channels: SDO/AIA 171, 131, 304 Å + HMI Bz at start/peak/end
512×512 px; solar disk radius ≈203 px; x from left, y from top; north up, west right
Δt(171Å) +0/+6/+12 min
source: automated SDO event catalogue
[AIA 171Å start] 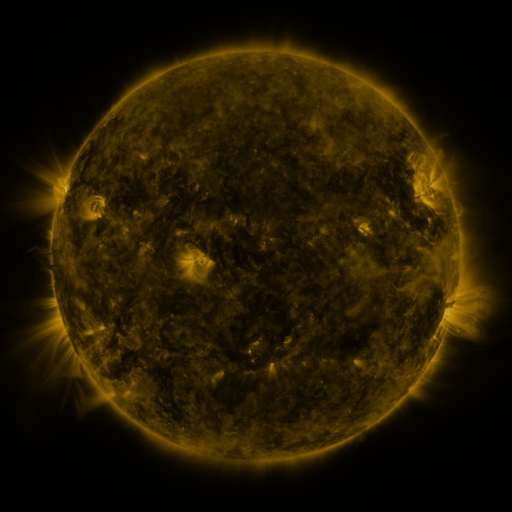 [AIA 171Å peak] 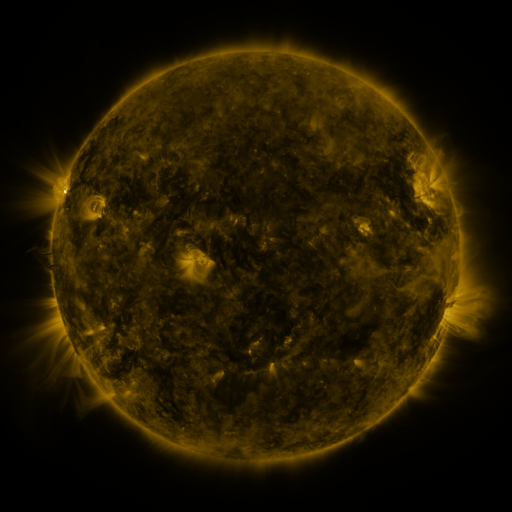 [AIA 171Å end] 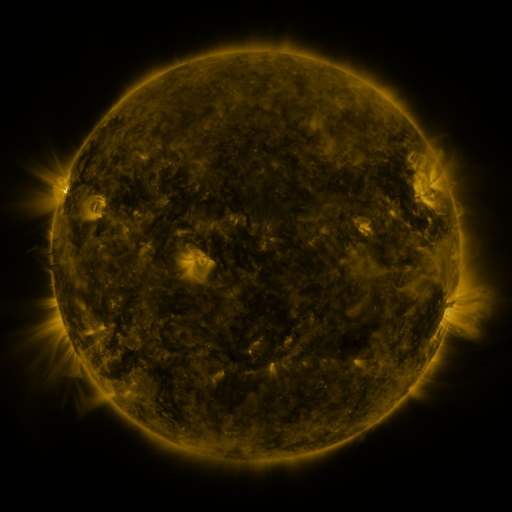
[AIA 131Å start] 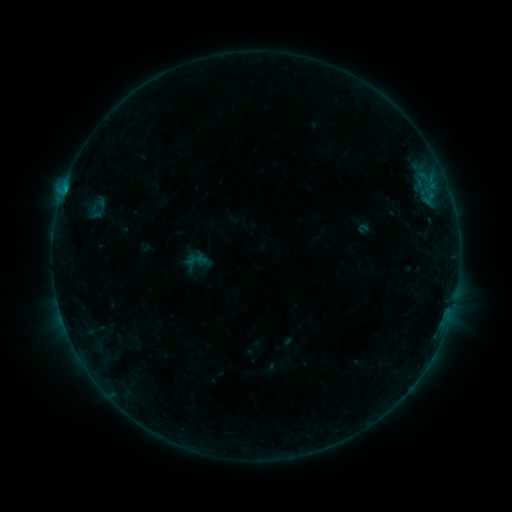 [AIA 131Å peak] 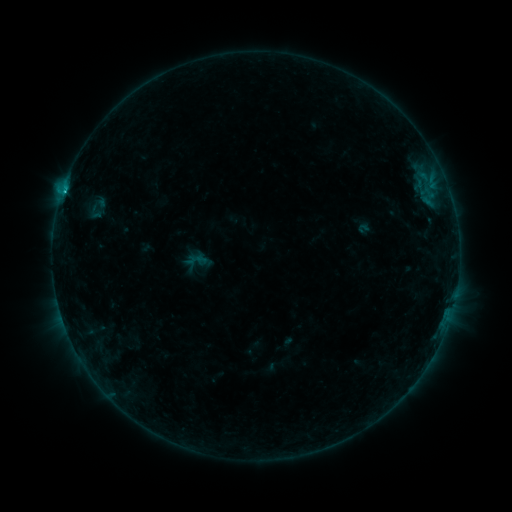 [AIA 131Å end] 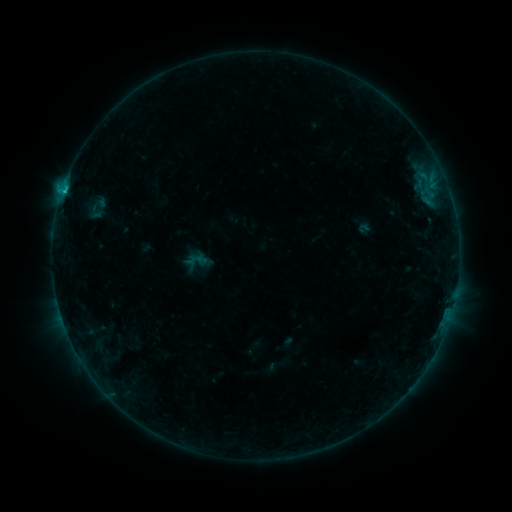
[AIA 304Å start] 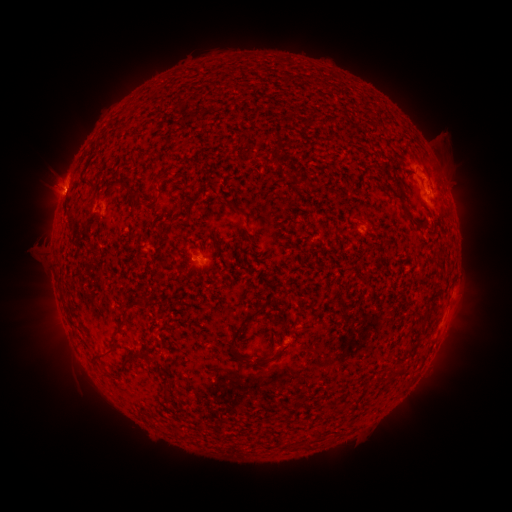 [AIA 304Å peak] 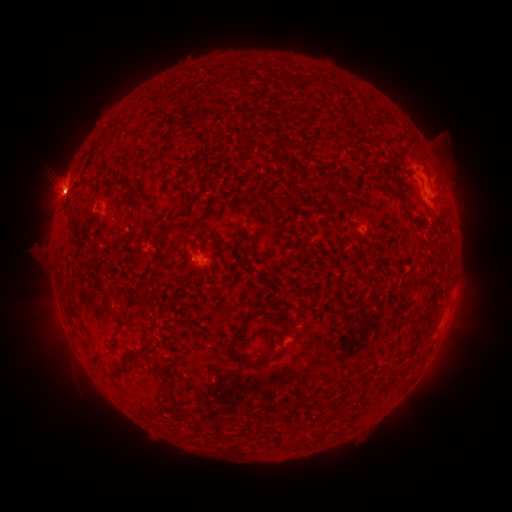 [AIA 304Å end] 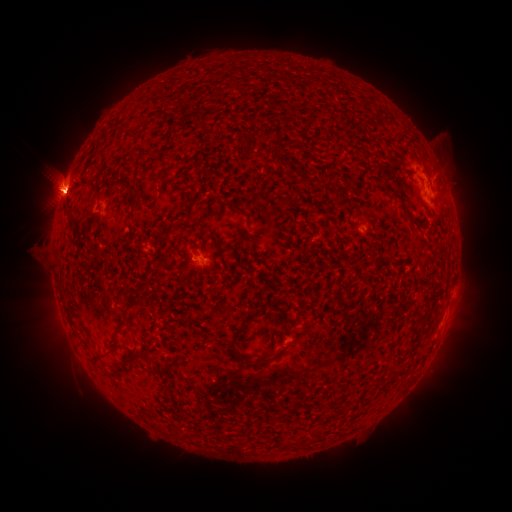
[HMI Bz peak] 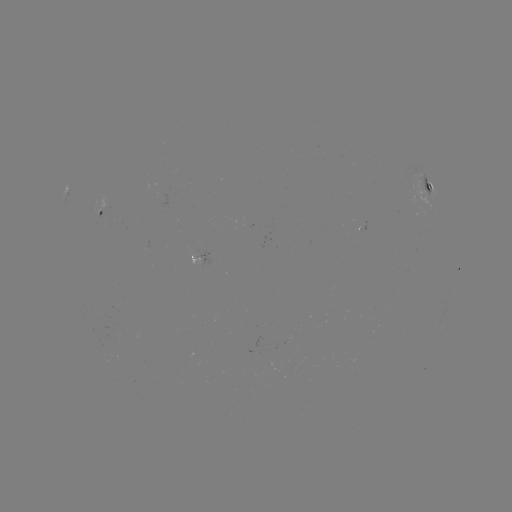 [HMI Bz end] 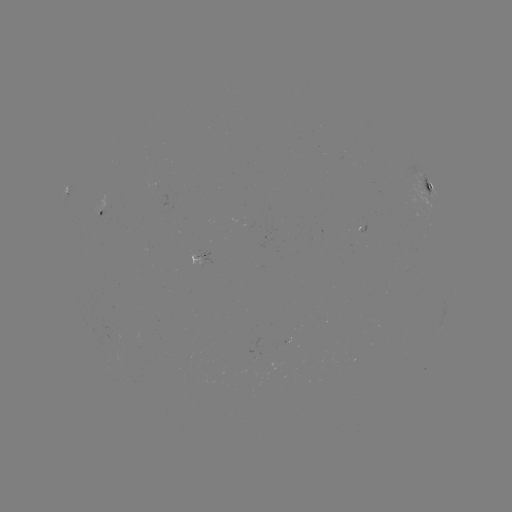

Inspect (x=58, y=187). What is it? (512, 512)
eruption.